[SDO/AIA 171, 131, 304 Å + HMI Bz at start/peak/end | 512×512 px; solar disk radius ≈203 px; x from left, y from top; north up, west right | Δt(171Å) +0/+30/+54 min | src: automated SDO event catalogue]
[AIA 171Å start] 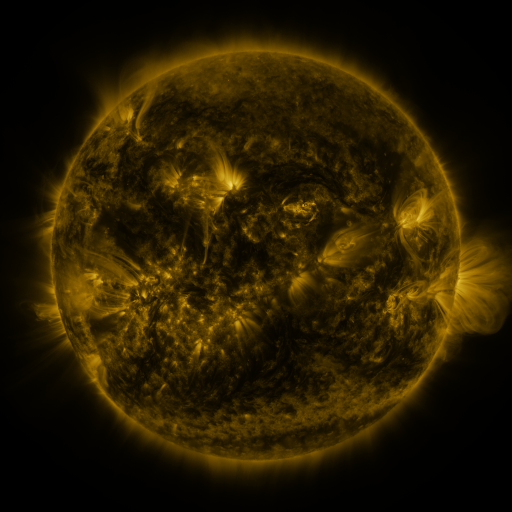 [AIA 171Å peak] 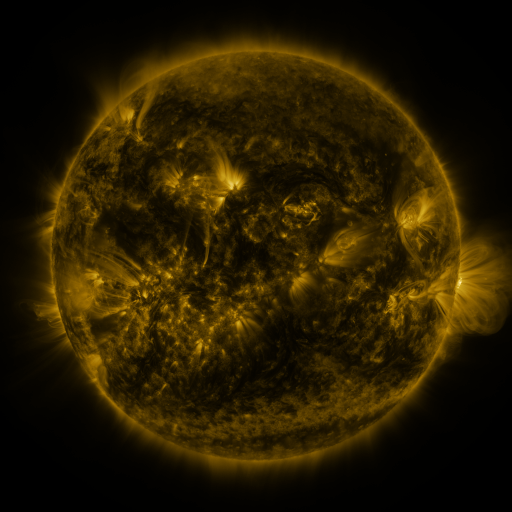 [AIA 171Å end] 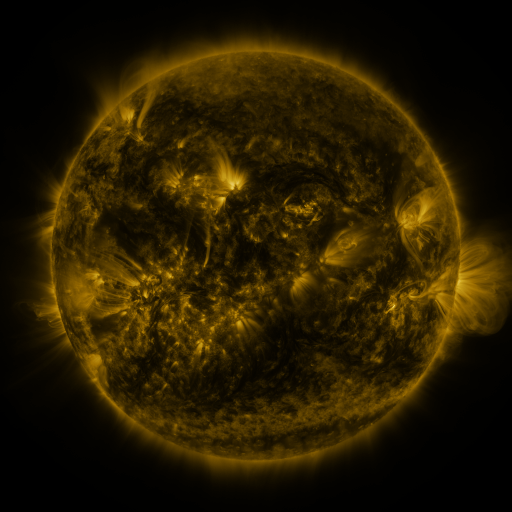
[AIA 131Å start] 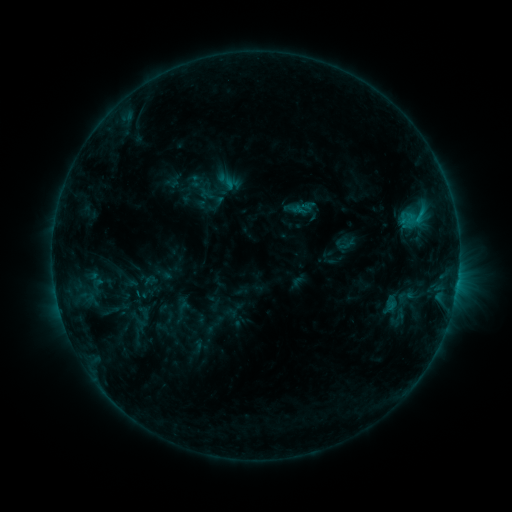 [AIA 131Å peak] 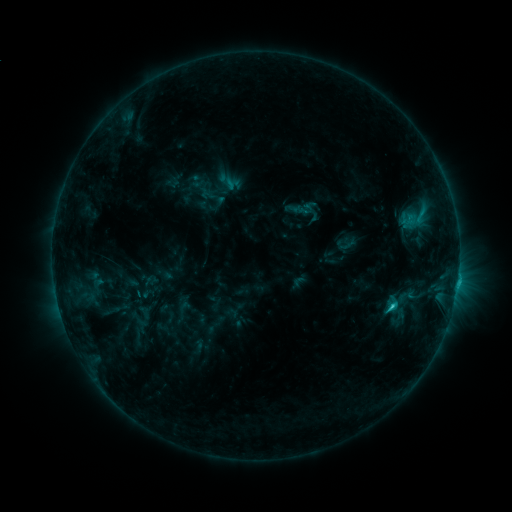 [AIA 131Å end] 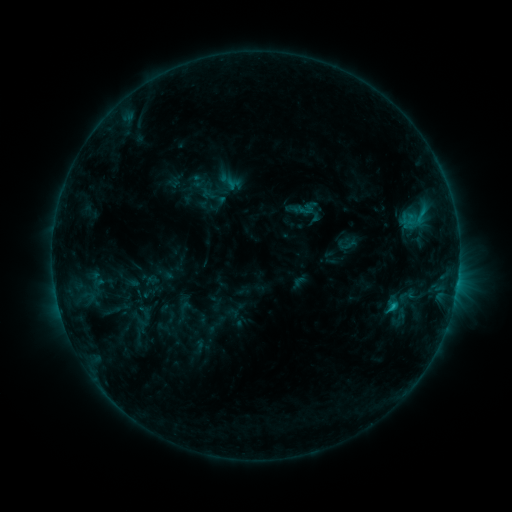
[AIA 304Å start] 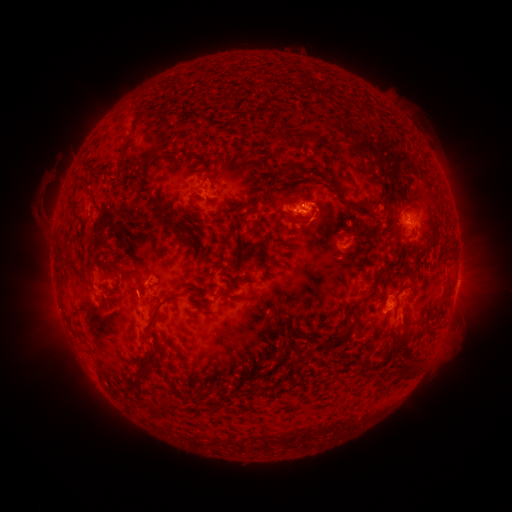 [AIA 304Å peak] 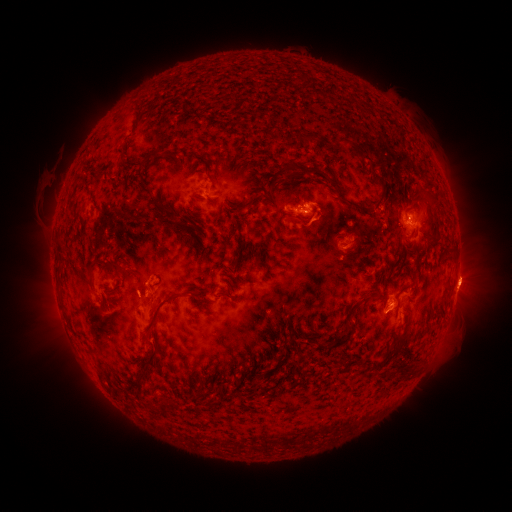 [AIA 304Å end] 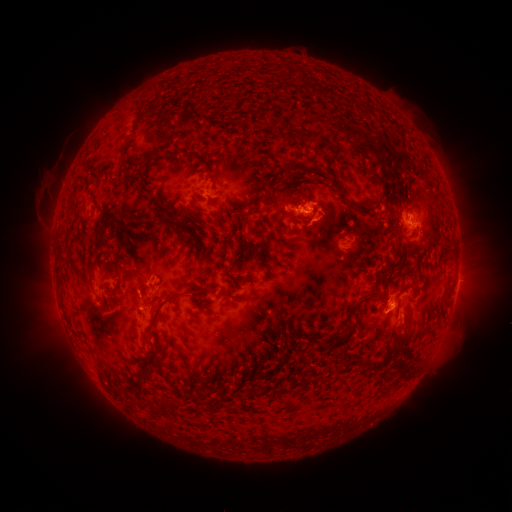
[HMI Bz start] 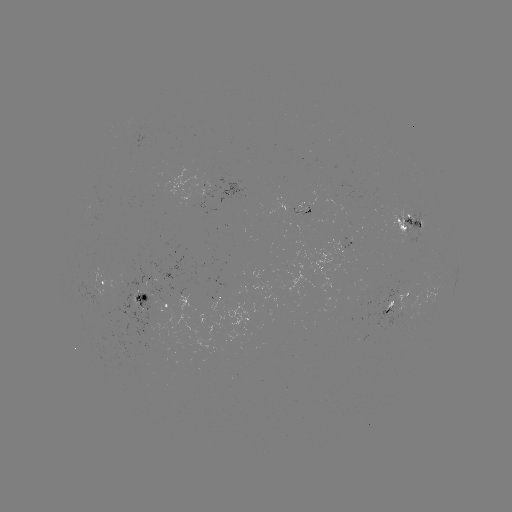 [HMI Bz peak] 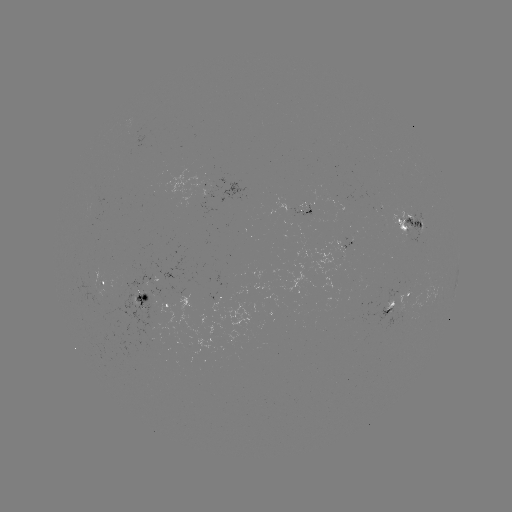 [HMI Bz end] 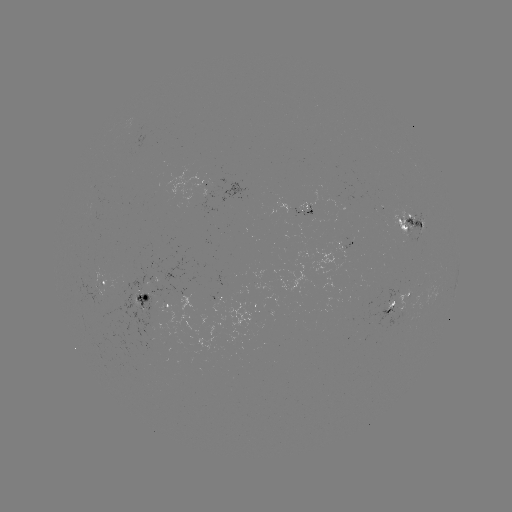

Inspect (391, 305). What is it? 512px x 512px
C1.6 flare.